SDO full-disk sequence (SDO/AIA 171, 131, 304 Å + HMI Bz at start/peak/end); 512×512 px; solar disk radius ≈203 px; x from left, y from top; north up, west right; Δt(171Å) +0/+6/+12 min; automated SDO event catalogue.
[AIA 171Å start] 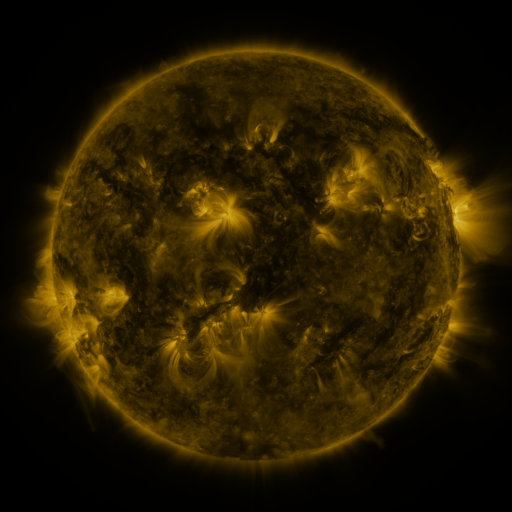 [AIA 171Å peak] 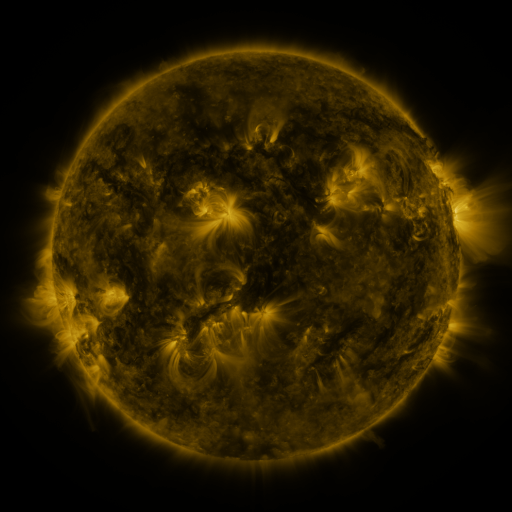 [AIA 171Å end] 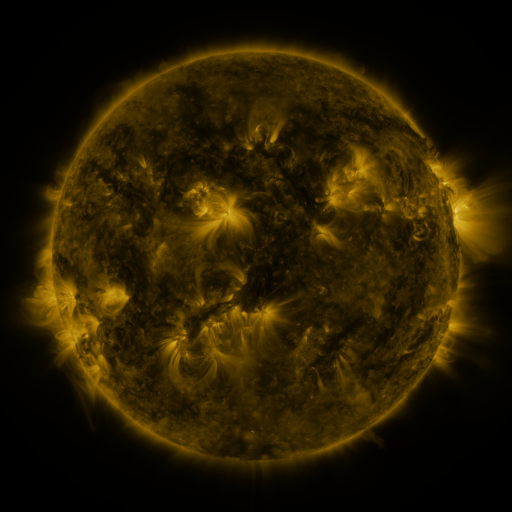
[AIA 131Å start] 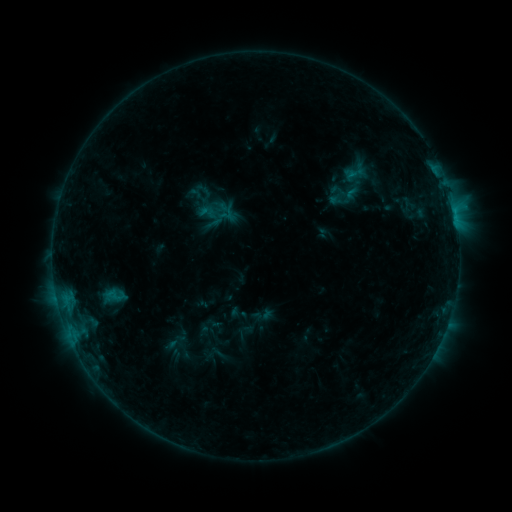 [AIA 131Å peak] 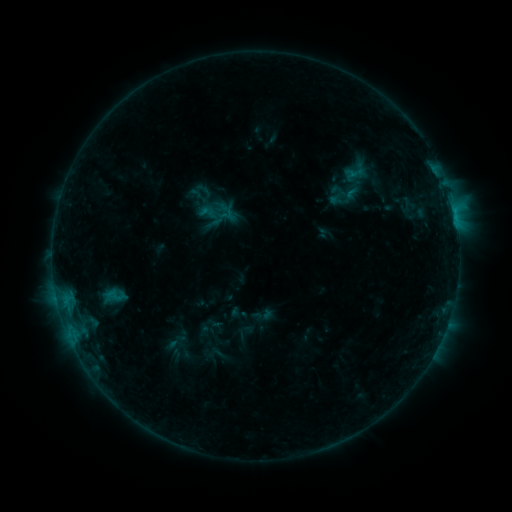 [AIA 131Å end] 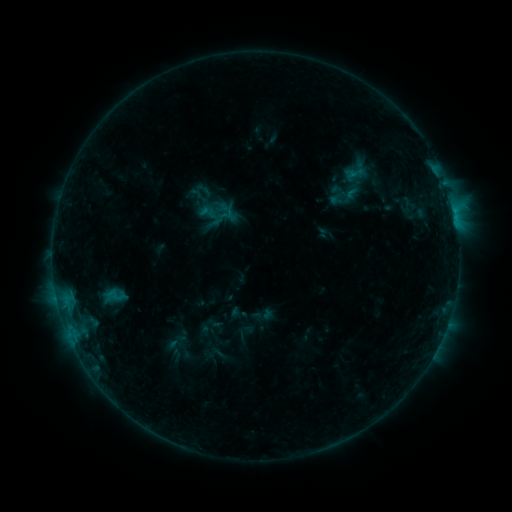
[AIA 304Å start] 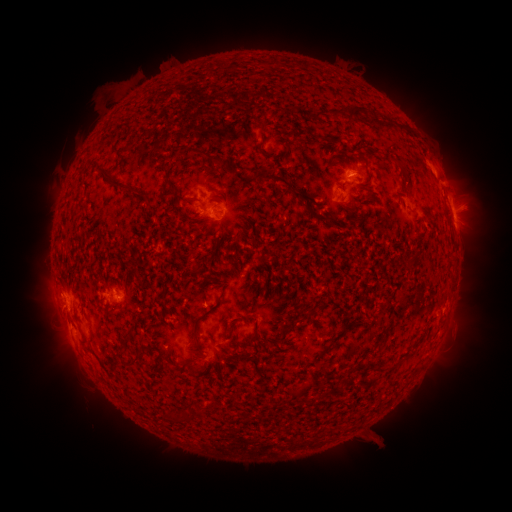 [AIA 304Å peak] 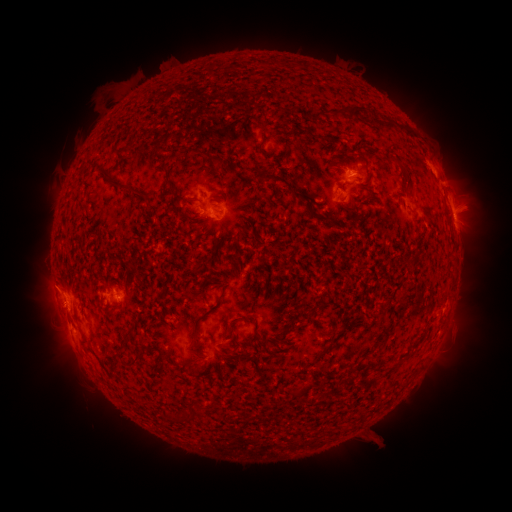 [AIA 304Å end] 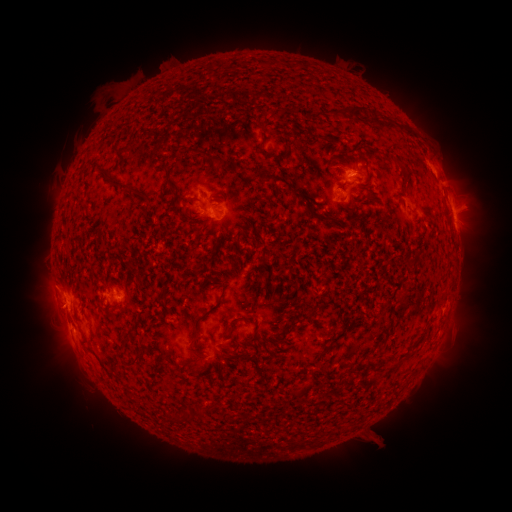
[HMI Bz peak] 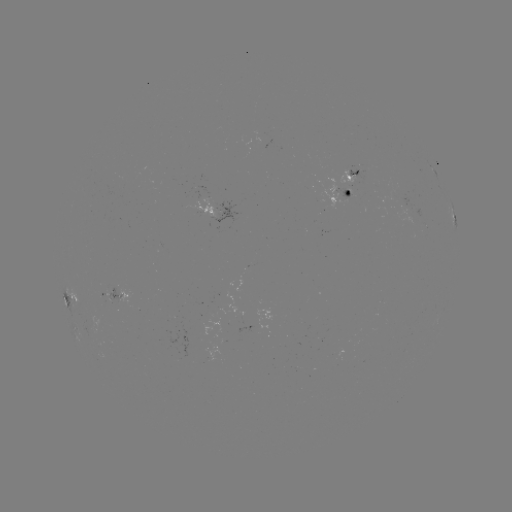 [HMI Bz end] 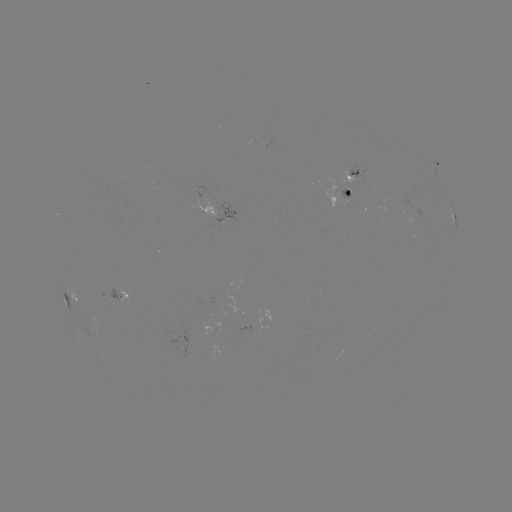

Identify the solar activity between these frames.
no catalogued flare and no flagged EUV brightening in this window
